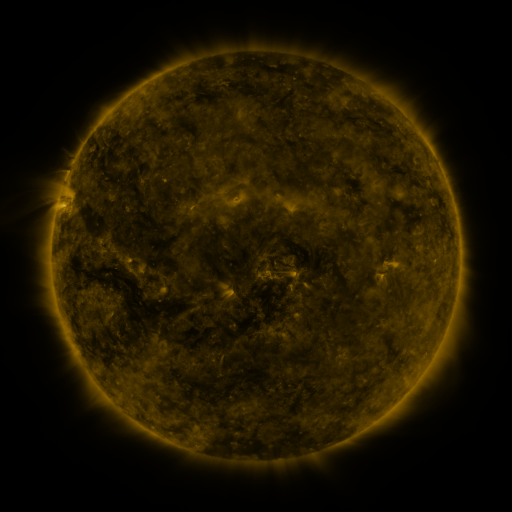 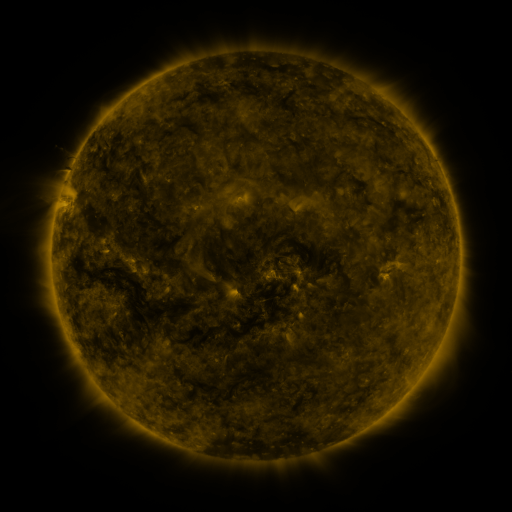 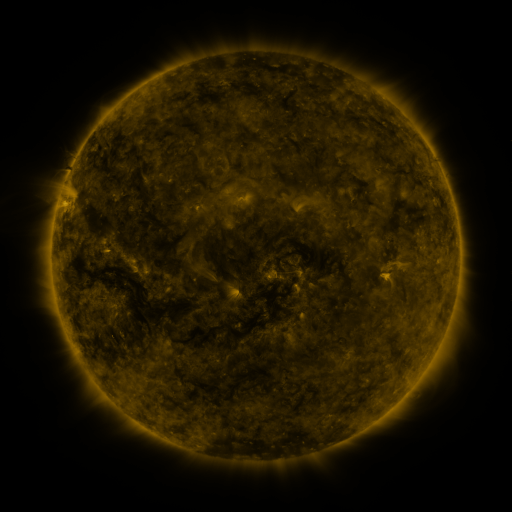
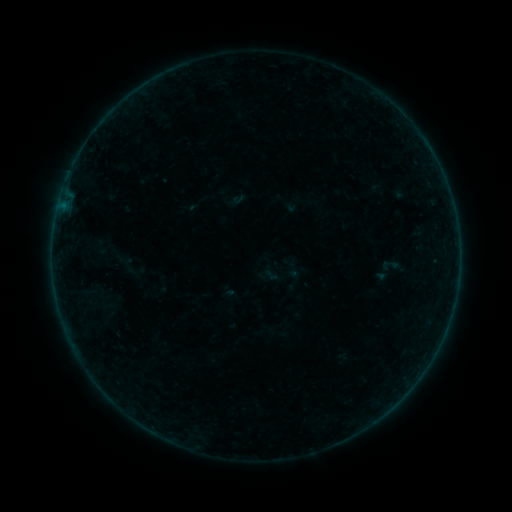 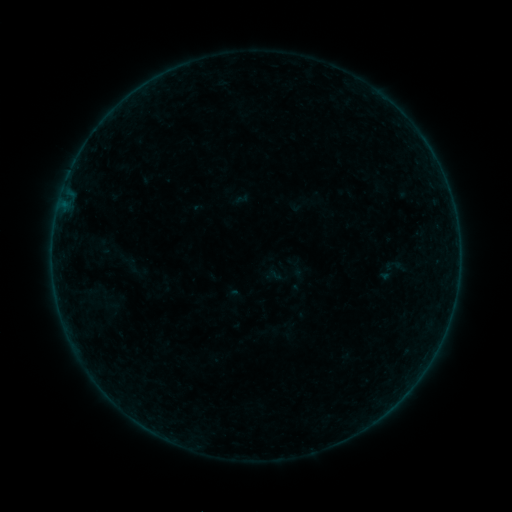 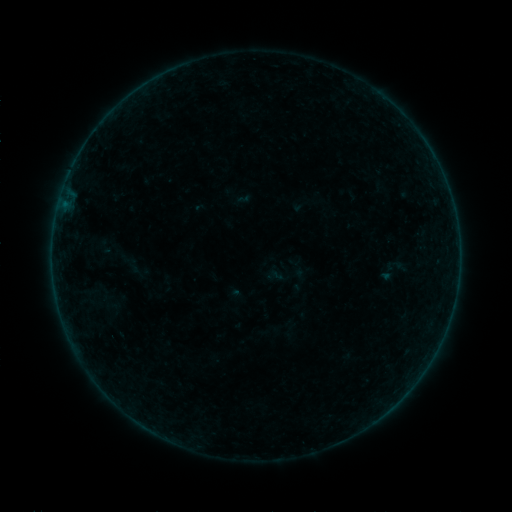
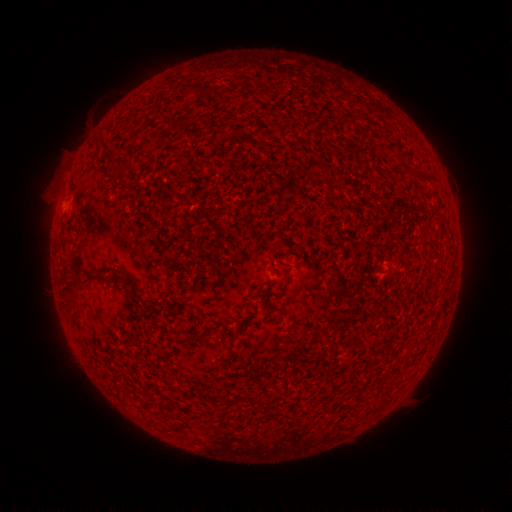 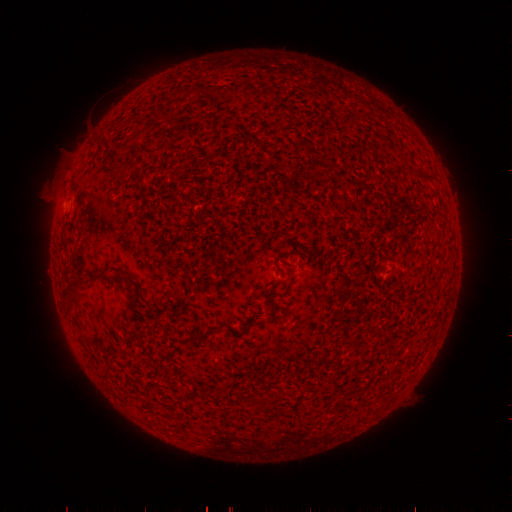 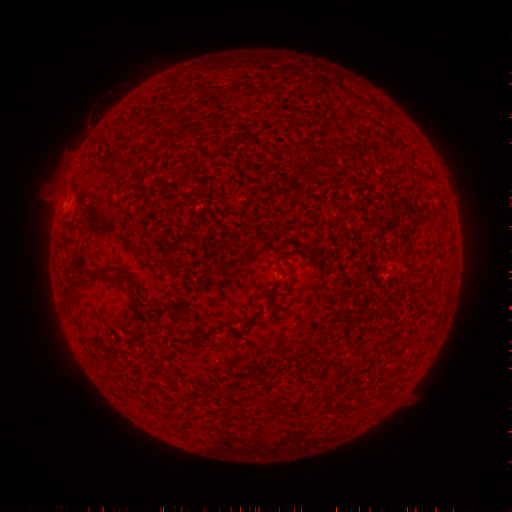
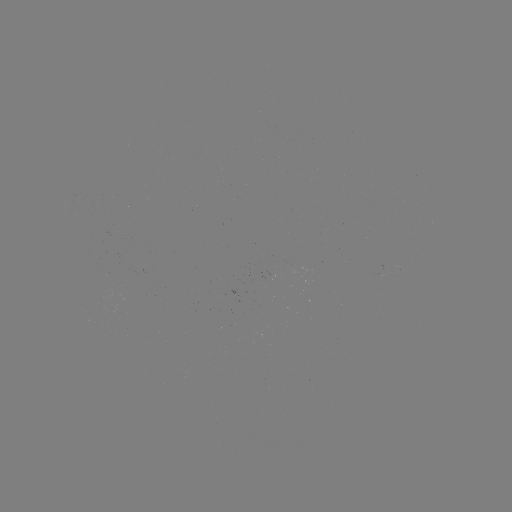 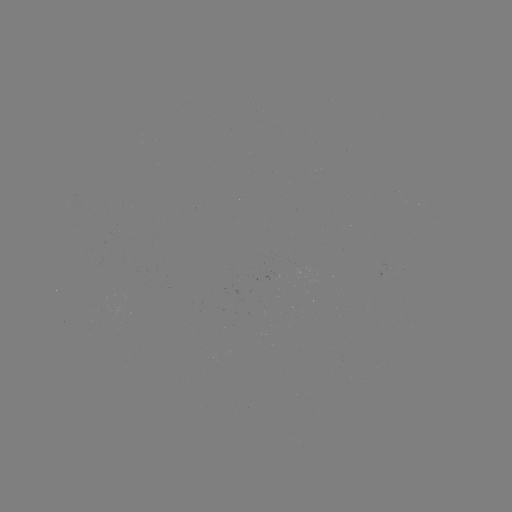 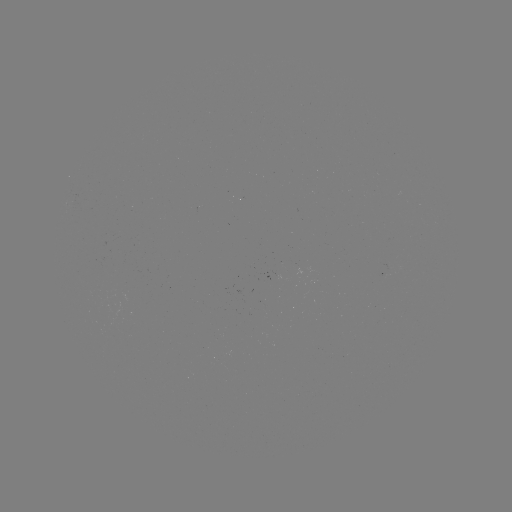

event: emerging-flux region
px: (385, 271)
